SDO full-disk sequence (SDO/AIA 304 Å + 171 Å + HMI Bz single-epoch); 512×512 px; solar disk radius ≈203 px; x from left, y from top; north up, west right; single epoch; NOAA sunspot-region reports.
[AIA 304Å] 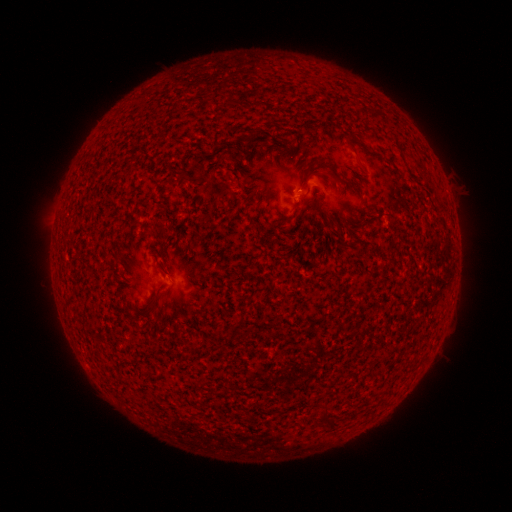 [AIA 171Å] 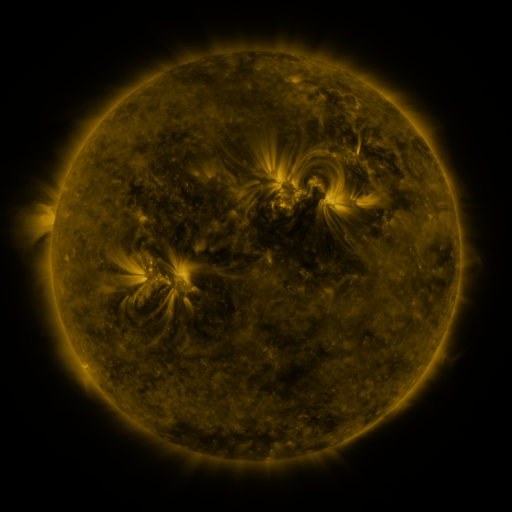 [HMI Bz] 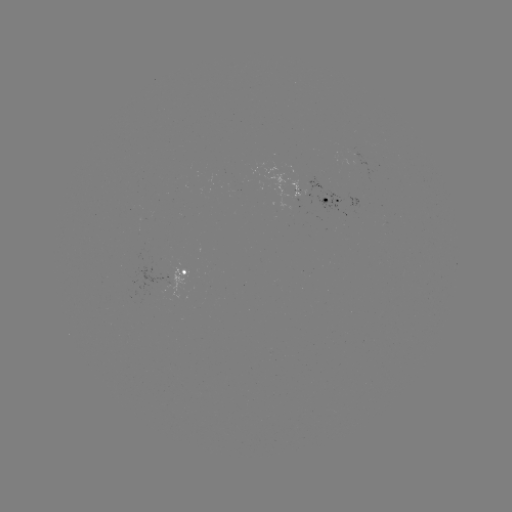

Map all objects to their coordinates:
spotted active region: (300, 194)
spotted active region: (334, 202)
spotted active region: (184, 279)
